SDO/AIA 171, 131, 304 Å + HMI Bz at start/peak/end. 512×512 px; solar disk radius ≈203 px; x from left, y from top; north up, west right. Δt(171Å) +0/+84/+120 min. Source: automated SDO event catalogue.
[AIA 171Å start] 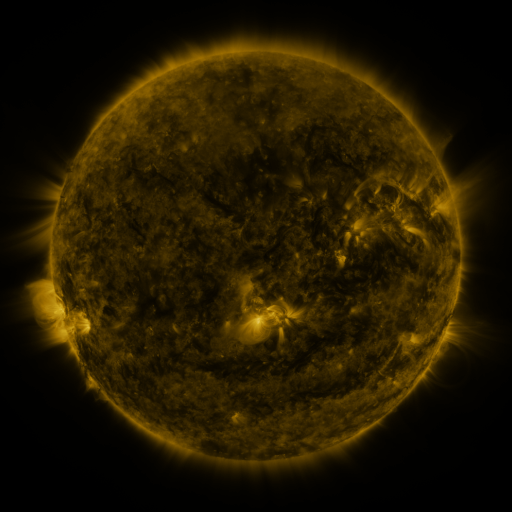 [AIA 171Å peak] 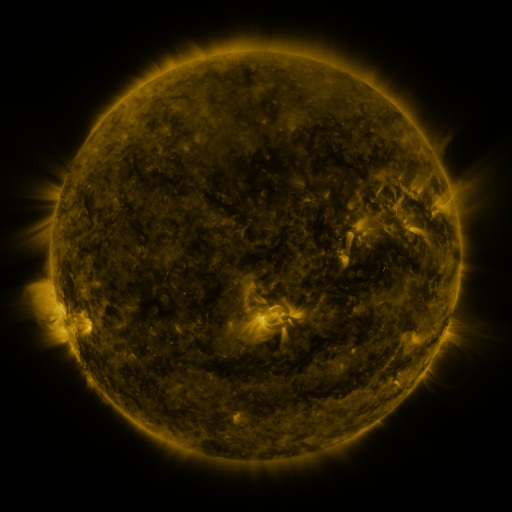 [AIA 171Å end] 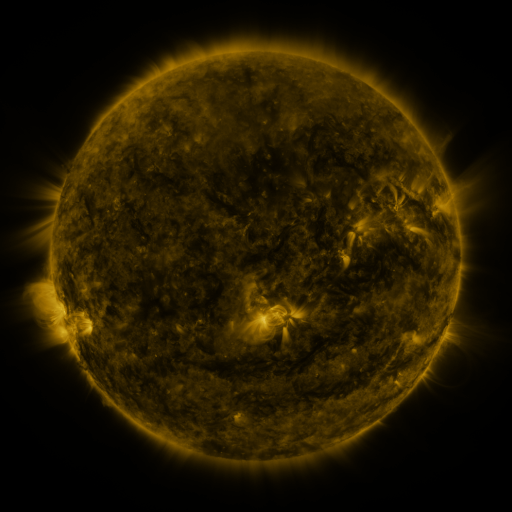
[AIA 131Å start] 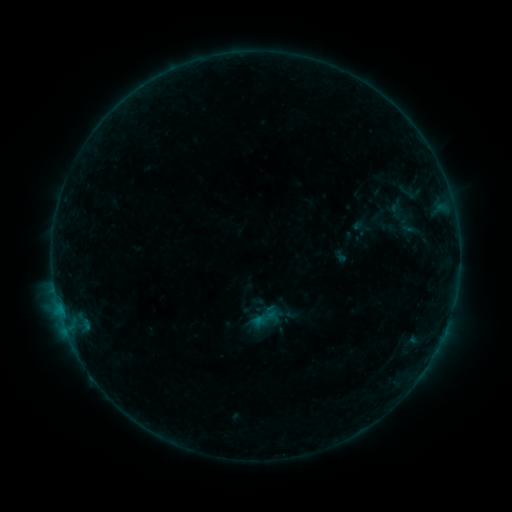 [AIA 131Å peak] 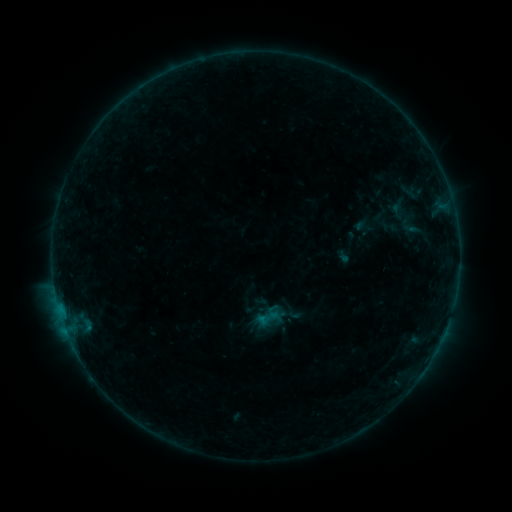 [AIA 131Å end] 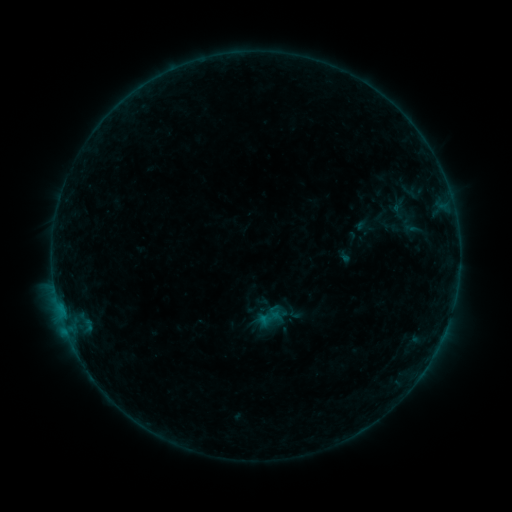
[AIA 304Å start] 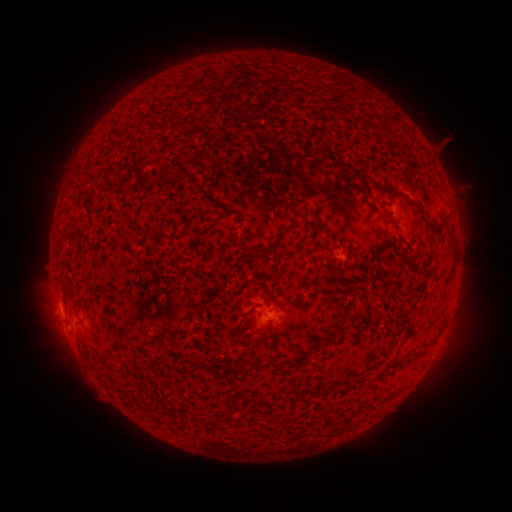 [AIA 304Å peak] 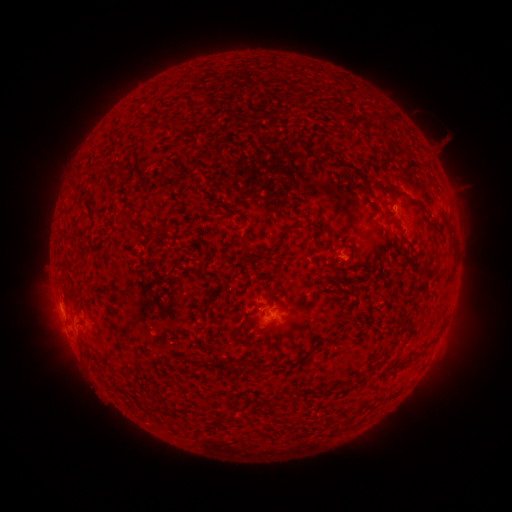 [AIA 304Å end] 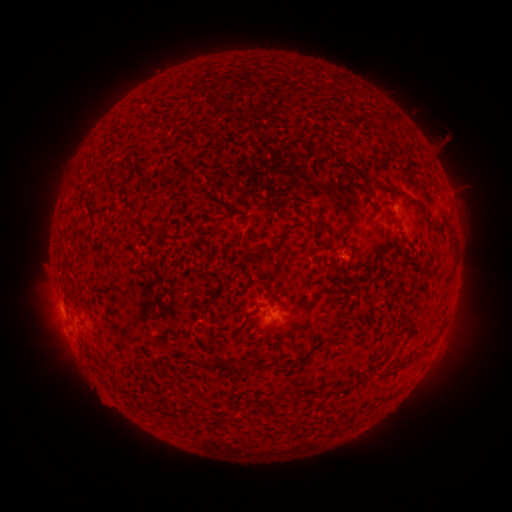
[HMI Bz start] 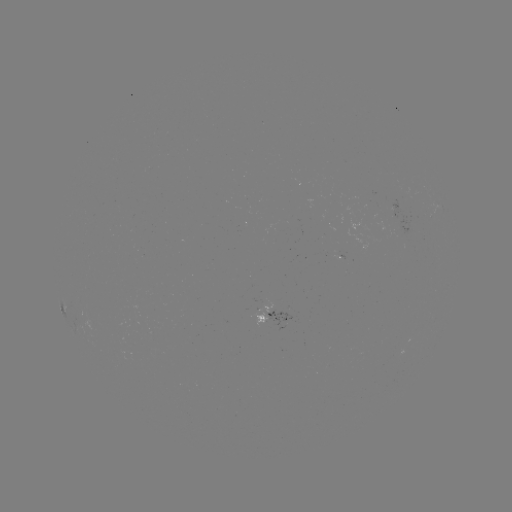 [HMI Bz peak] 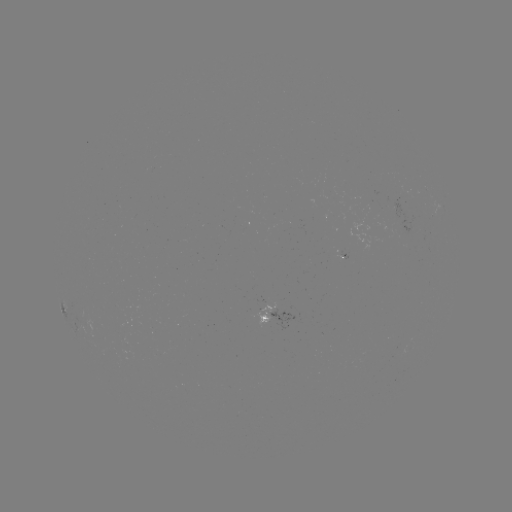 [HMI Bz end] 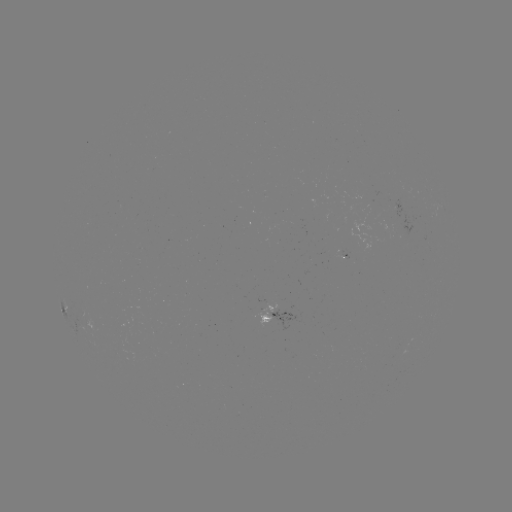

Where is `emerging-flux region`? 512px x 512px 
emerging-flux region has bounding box [251, 296, 274, 327].